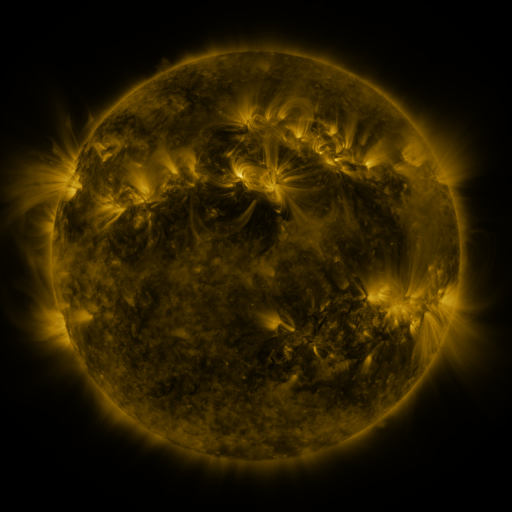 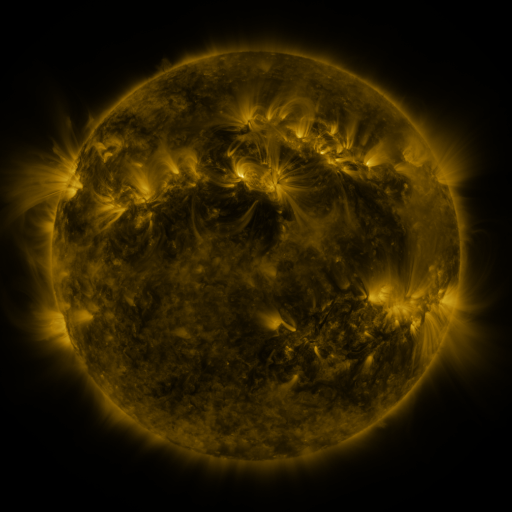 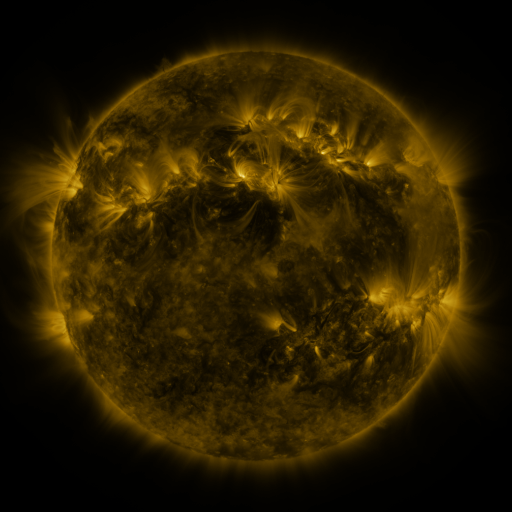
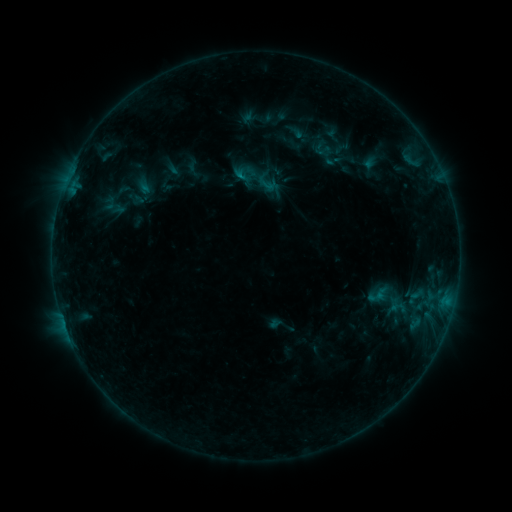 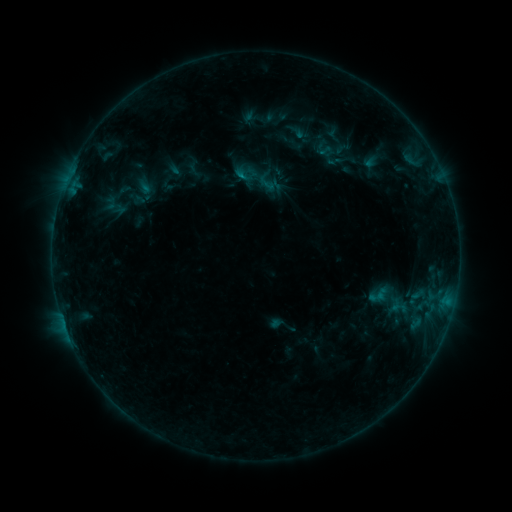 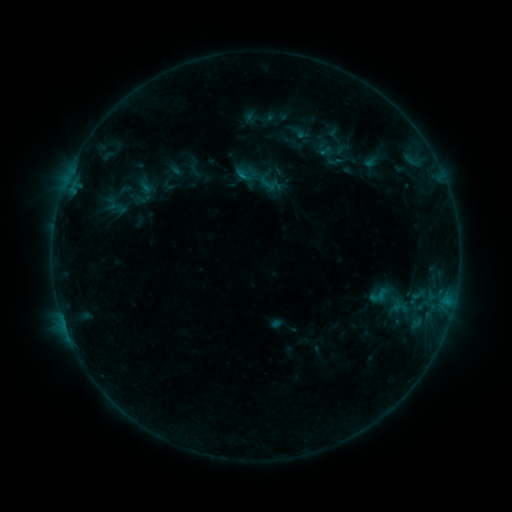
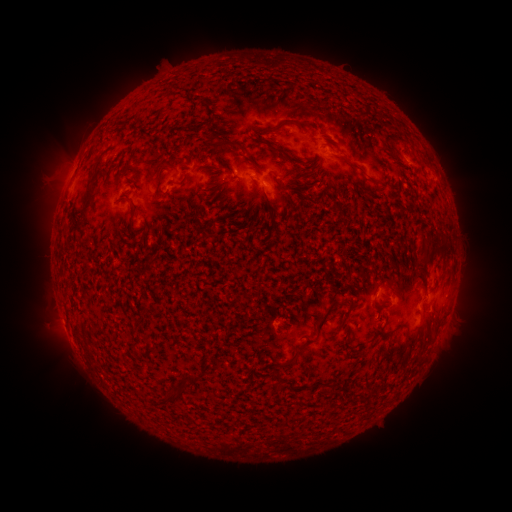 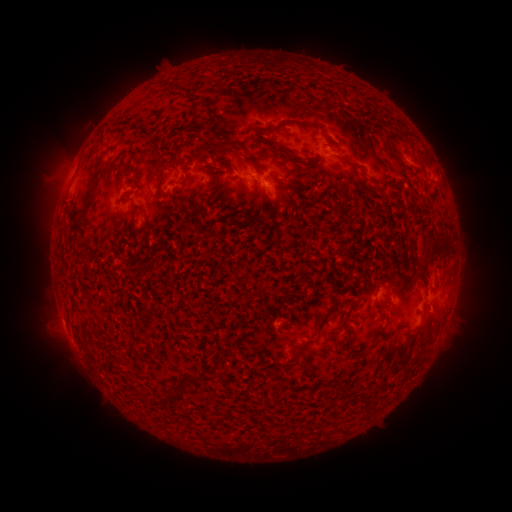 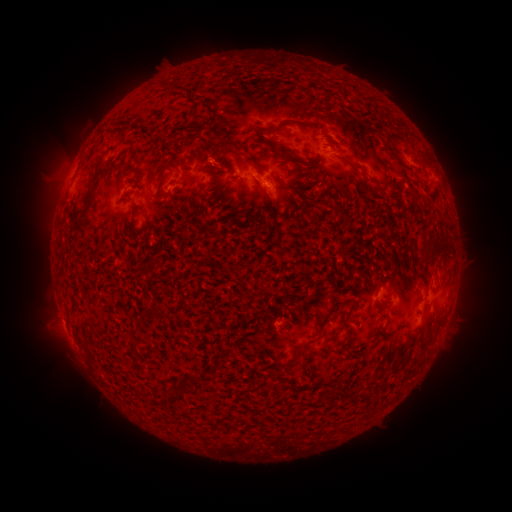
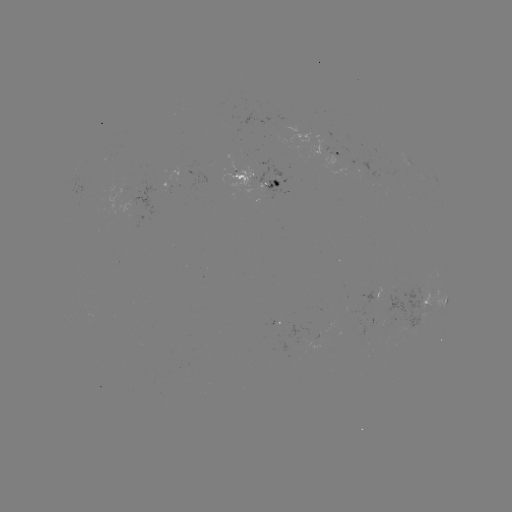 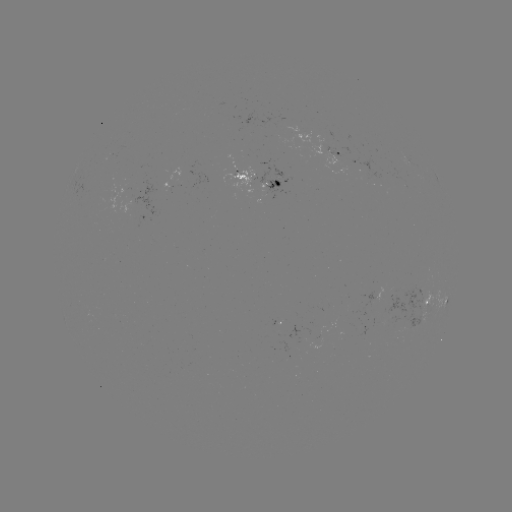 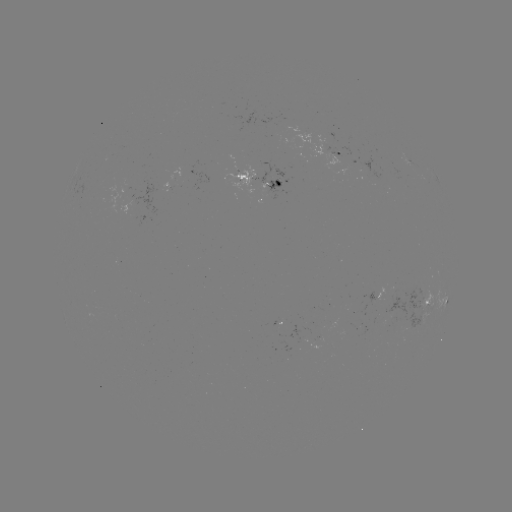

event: emerging-flux region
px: (268, 172)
